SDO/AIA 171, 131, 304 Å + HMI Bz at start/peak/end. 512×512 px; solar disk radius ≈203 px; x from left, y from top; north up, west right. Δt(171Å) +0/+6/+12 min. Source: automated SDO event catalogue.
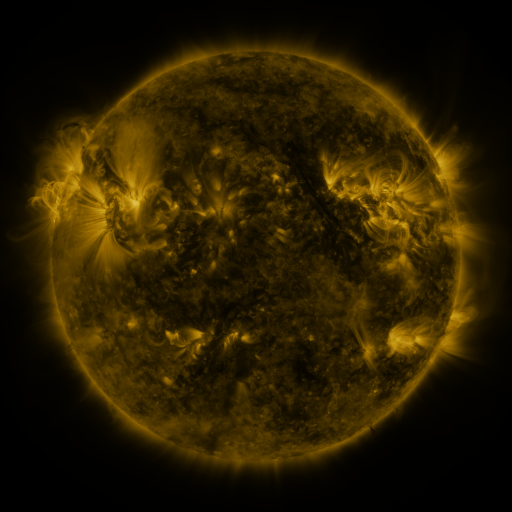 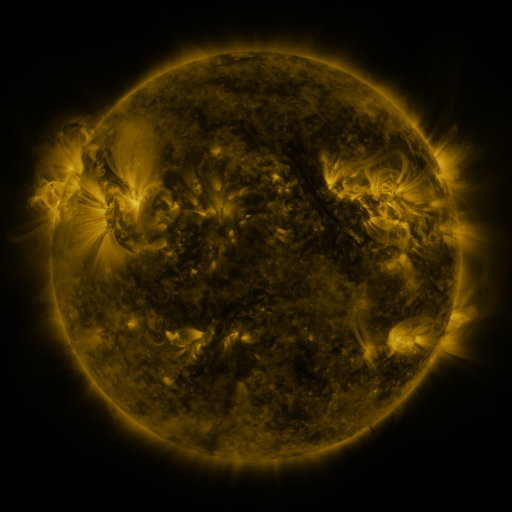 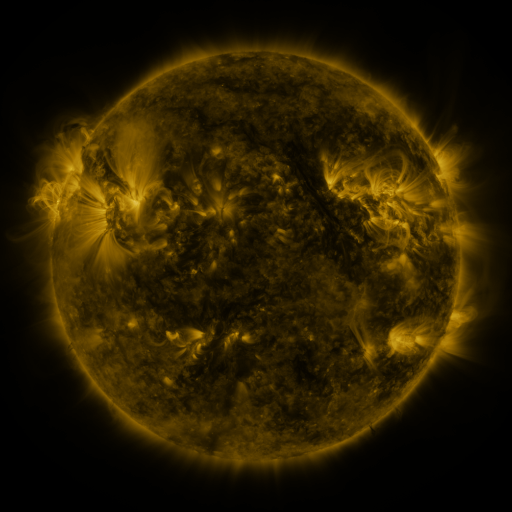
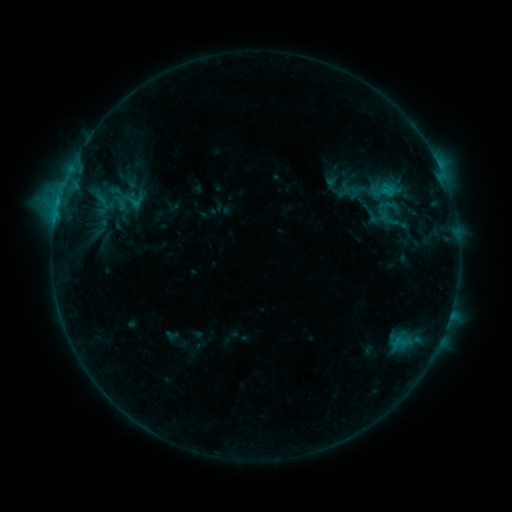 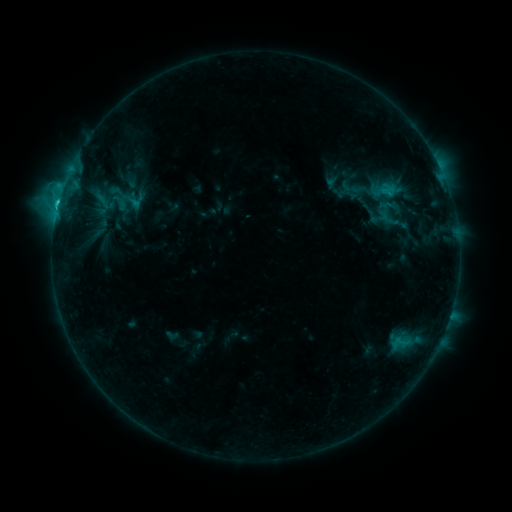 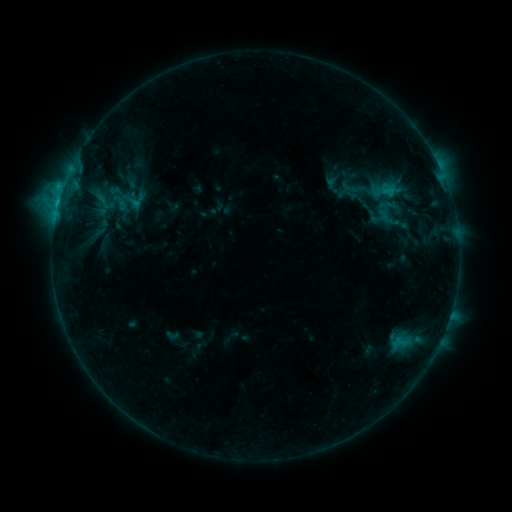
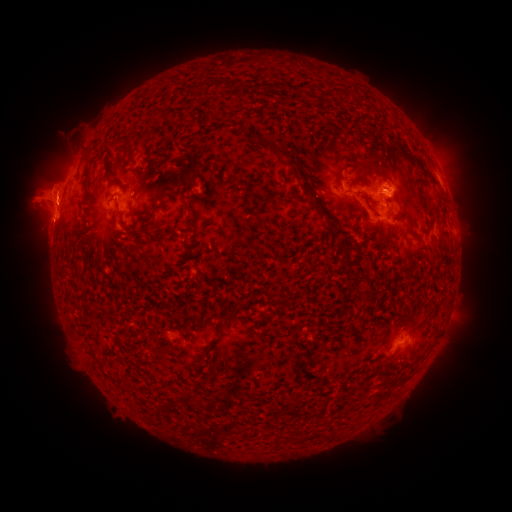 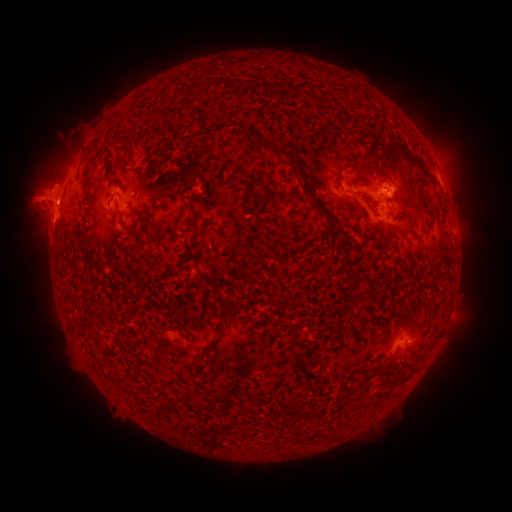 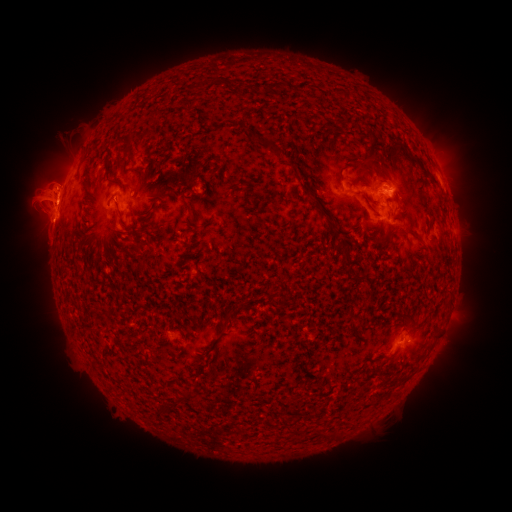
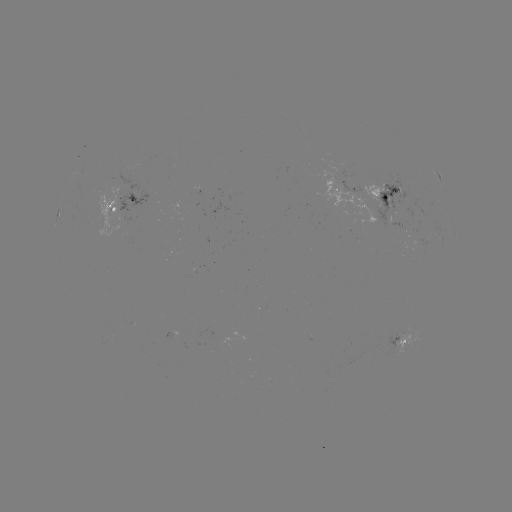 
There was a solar flare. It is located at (58, 208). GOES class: C2.1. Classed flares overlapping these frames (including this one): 1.